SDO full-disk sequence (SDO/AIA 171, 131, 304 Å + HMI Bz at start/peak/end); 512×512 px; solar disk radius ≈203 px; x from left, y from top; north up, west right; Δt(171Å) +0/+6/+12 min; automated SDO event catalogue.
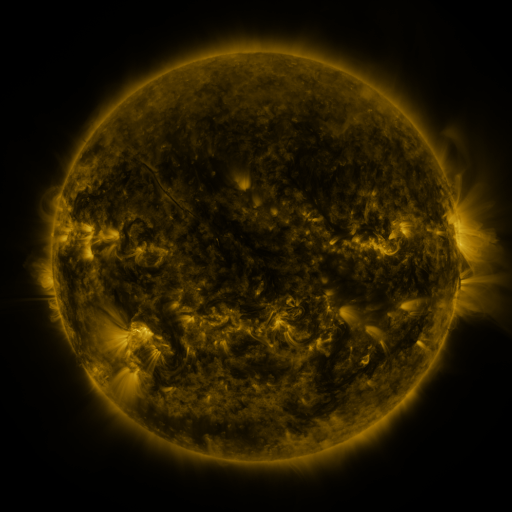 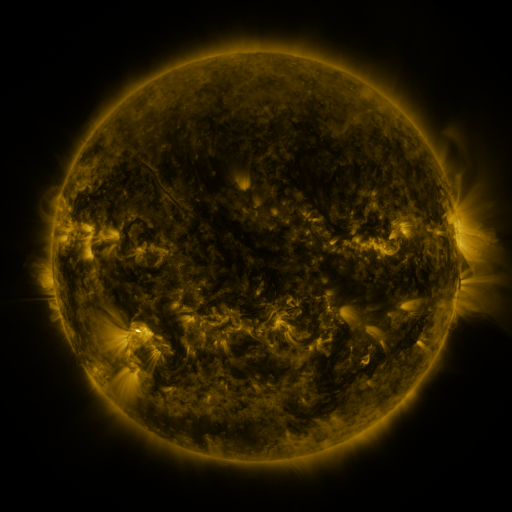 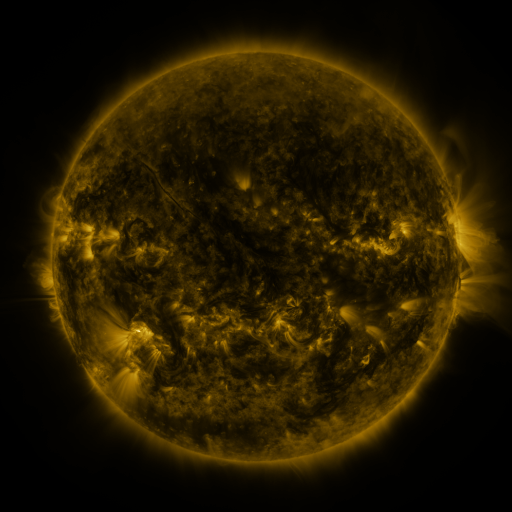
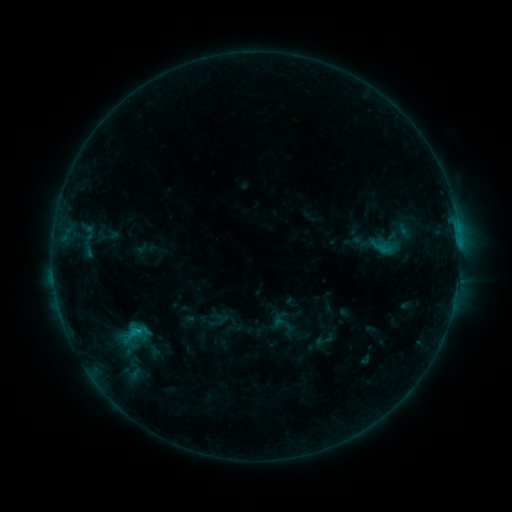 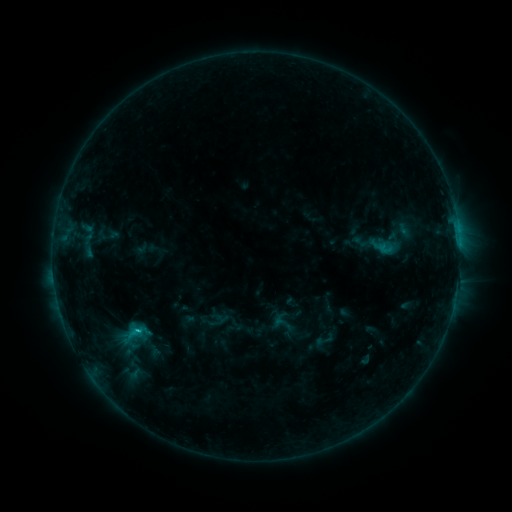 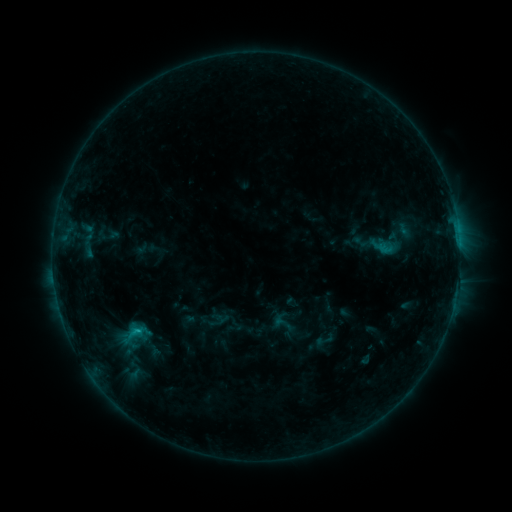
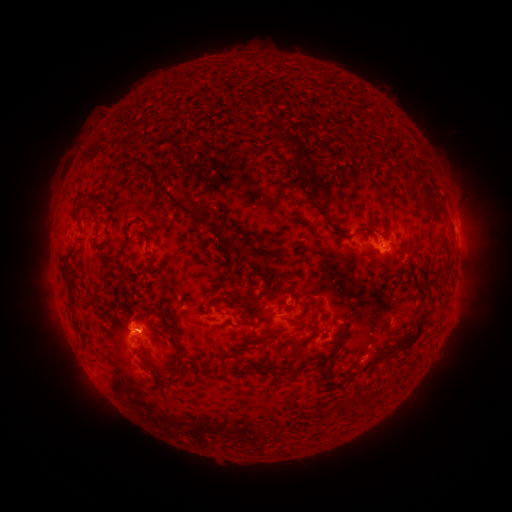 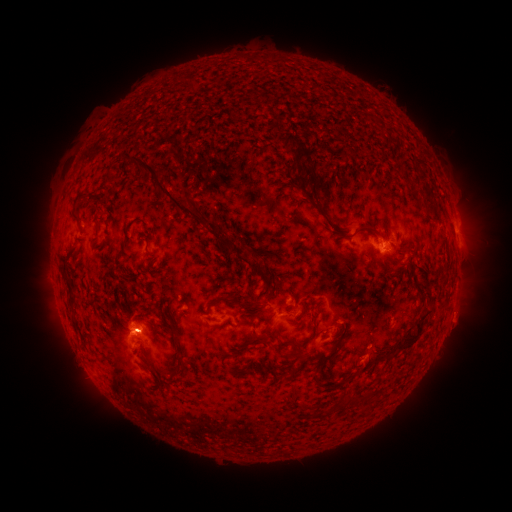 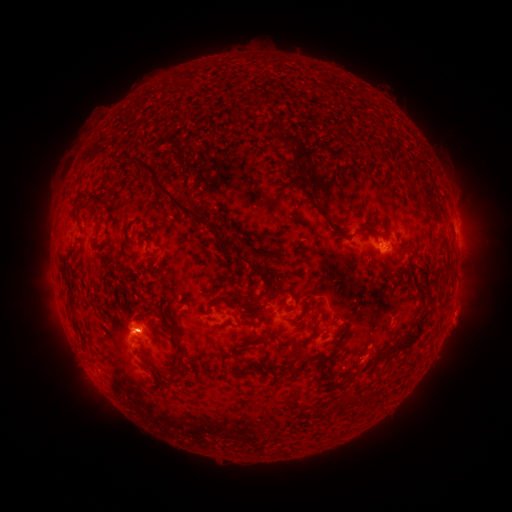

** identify C1.0 flare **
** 140,331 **